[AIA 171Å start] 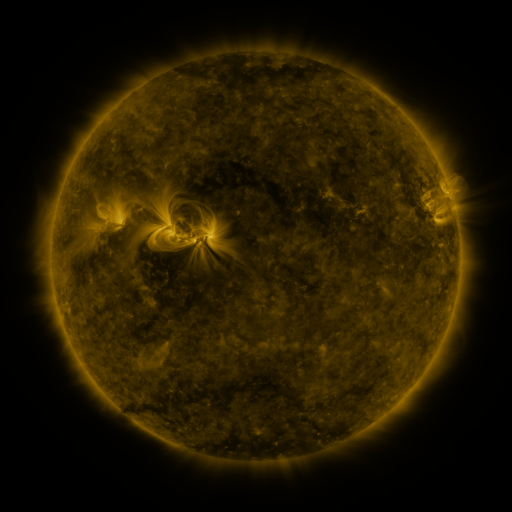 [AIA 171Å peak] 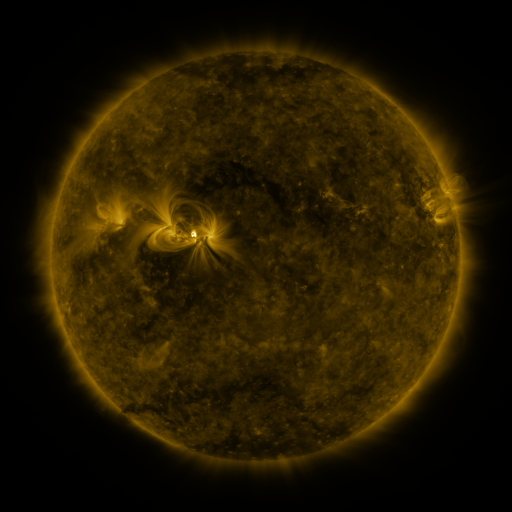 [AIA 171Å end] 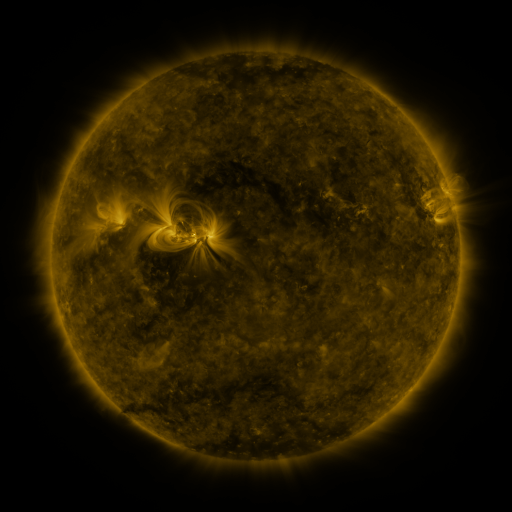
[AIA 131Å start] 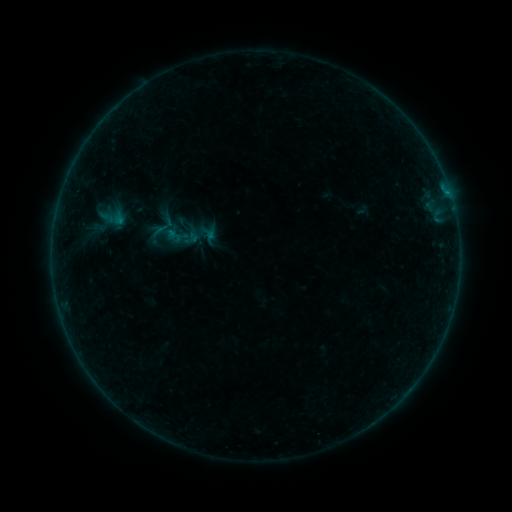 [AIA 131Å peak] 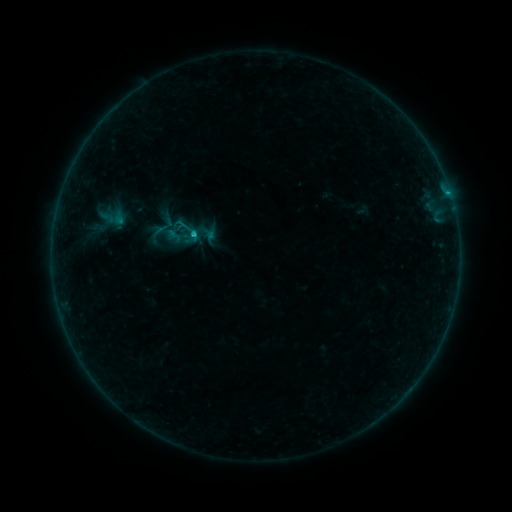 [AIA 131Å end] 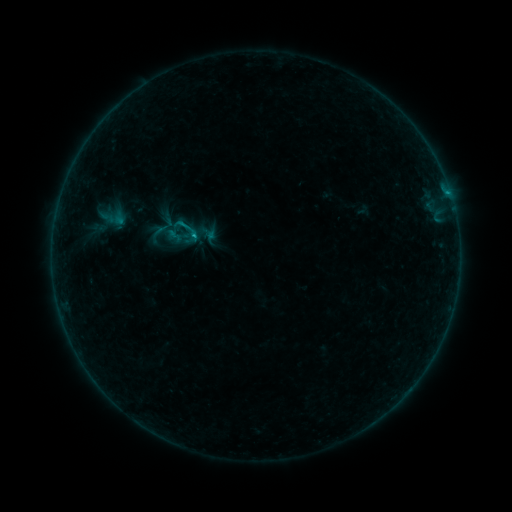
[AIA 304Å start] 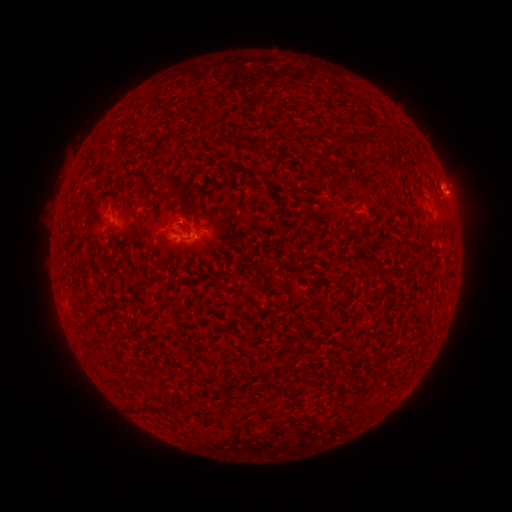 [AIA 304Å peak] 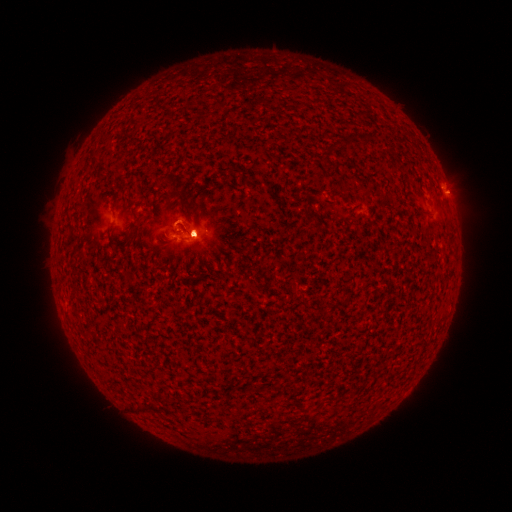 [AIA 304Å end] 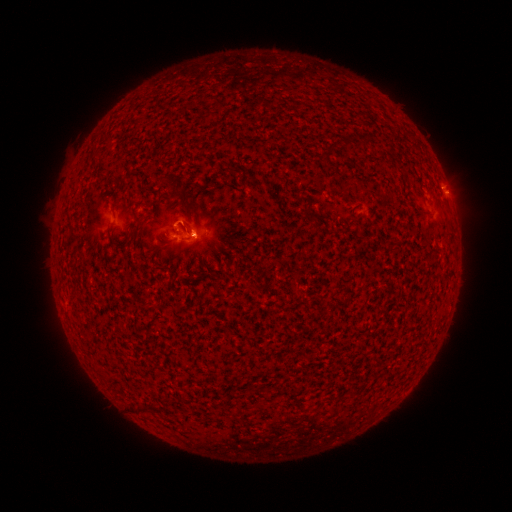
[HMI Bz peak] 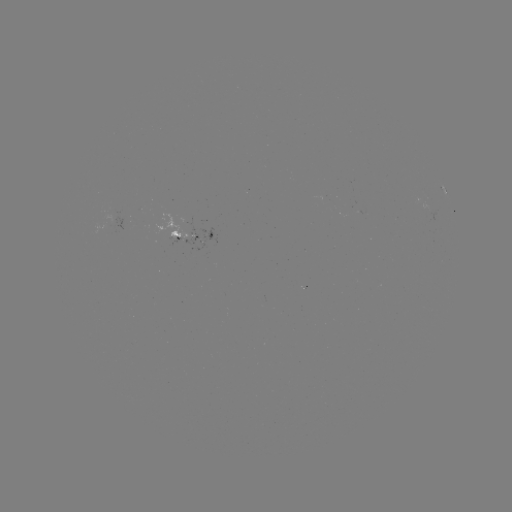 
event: eruption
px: (198, 219)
